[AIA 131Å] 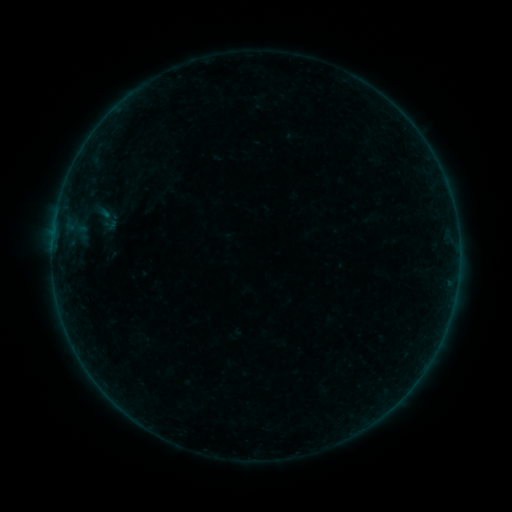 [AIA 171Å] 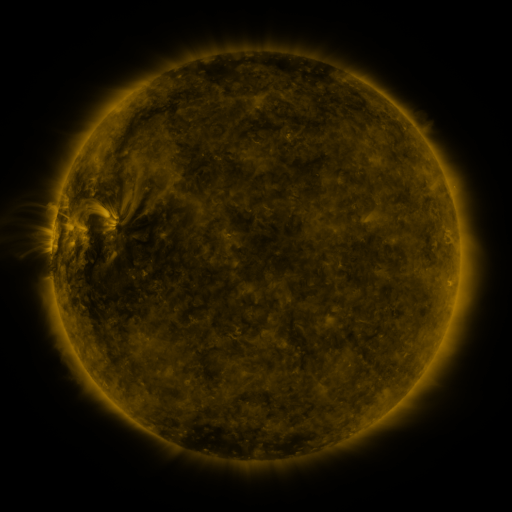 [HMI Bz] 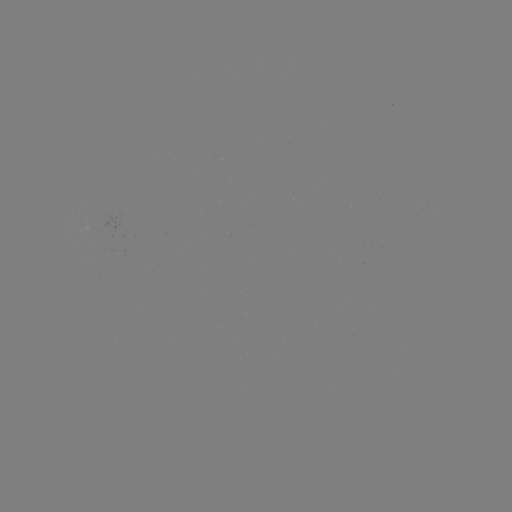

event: sigmoid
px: (106, 218)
